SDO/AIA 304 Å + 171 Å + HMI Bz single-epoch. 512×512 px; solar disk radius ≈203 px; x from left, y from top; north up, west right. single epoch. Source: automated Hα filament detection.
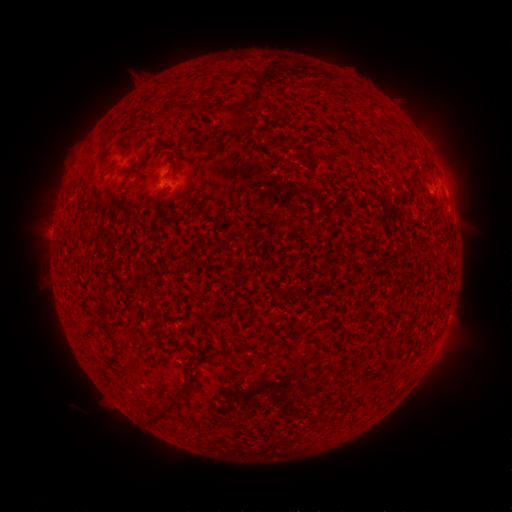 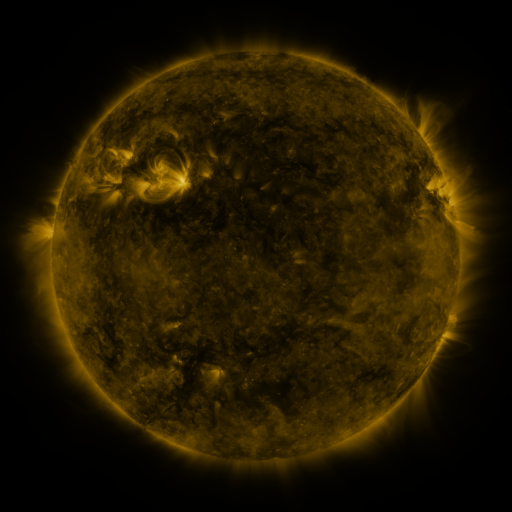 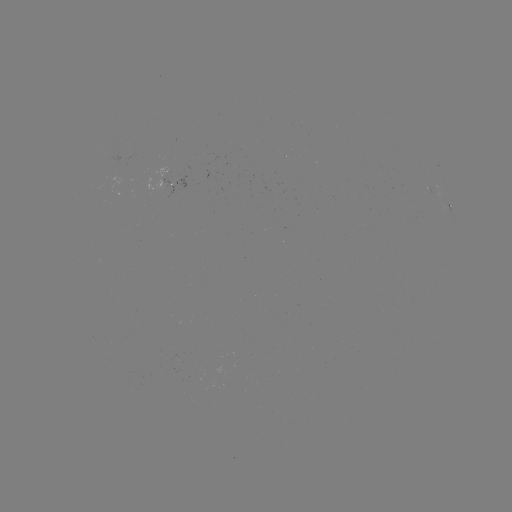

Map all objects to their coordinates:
filament: (100, 132, 108, 143)
filament: (140, 149, 149, 163)
filament: (115, 162, 135, 174)
filament: (101, 305, 111, 331)
filament: (171, 340, 189, 351)
filament: (112, 342, 120, 354)
filament: (145, 398, 176, 424)
